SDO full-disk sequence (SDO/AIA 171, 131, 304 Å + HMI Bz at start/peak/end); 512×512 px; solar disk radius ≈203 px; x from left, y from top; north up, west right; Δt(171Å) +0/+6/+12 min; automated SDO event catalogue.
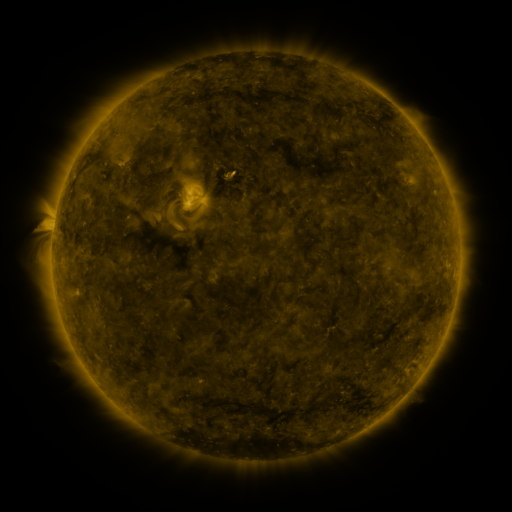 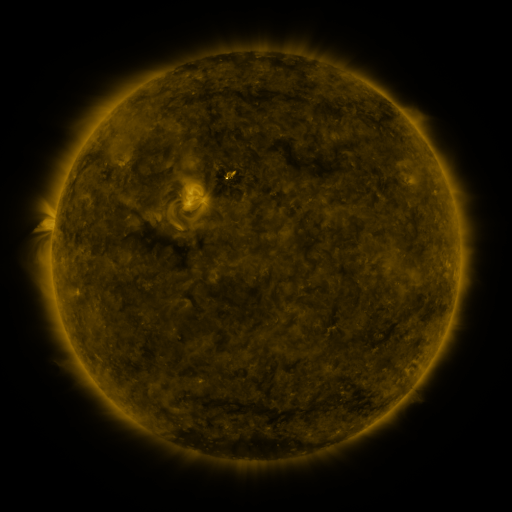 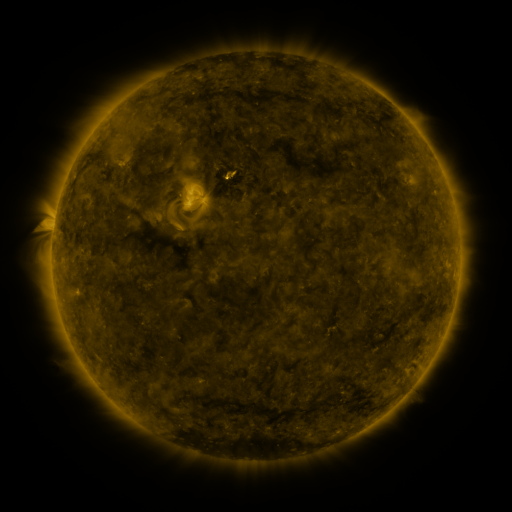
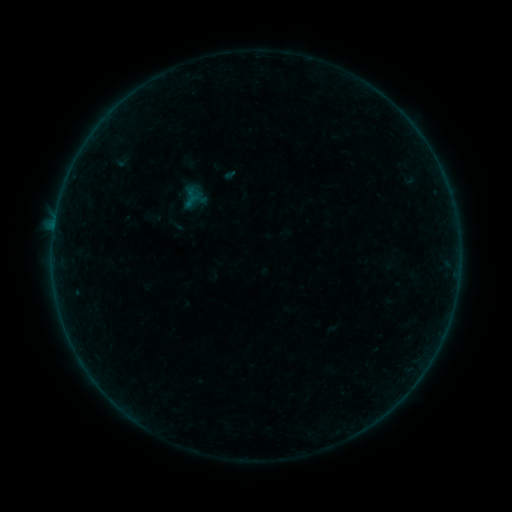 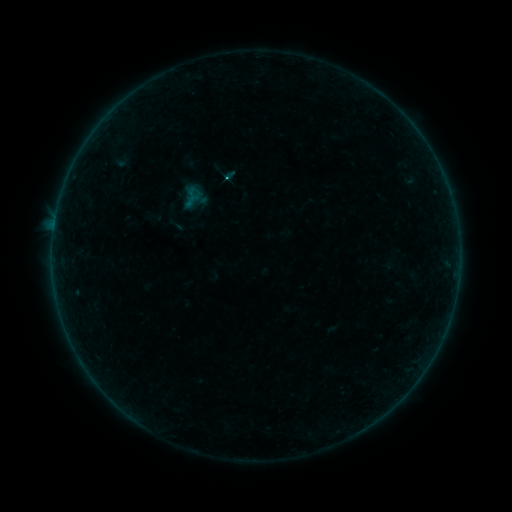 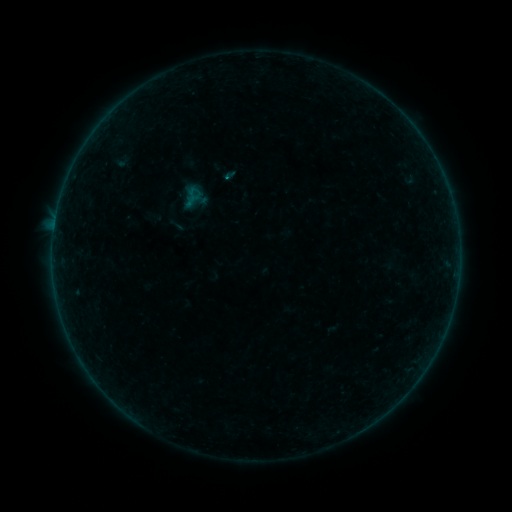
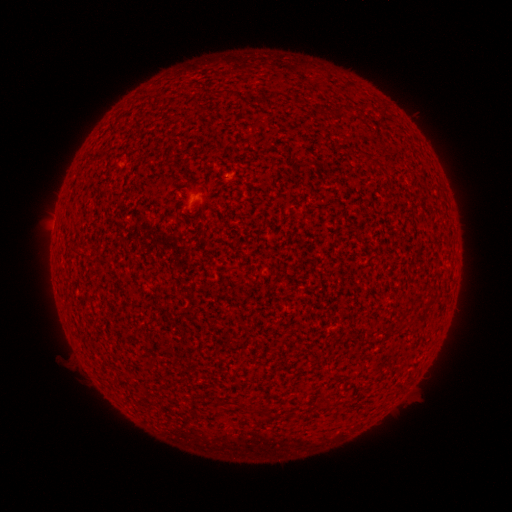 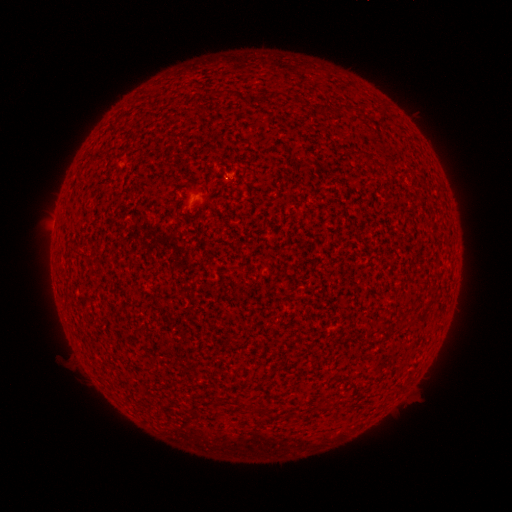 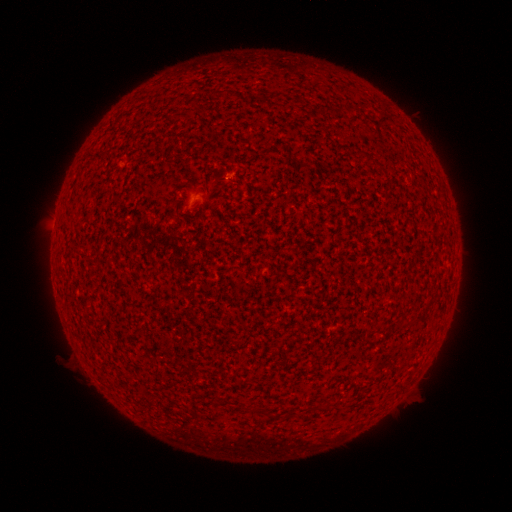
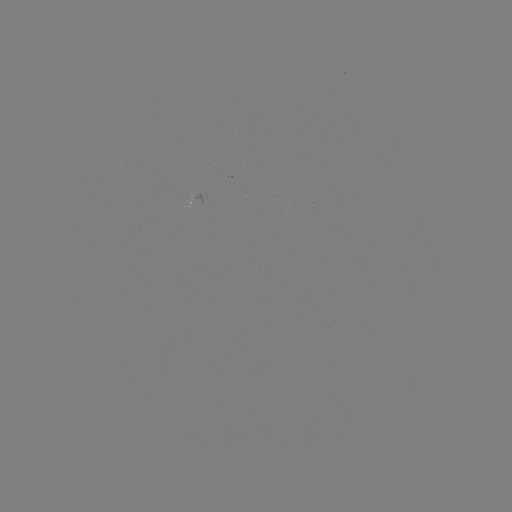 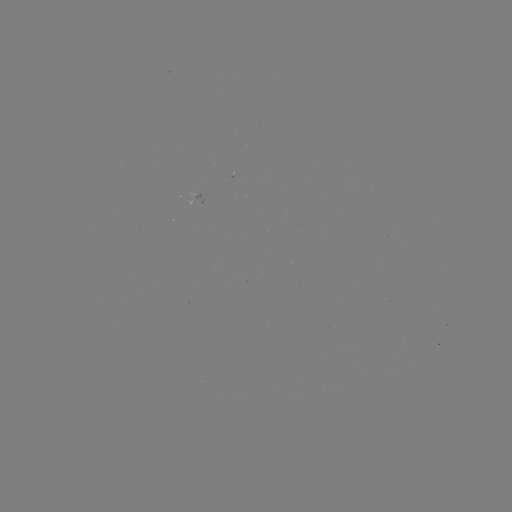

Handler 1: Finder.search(B3.5 flare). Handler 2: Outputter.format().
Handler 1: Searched B3.5 flare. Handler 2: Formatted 228,181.